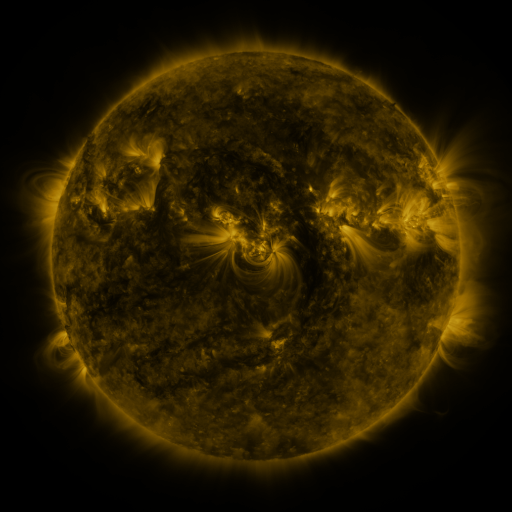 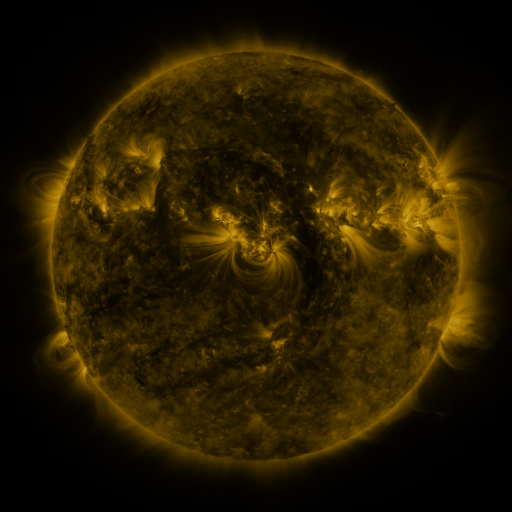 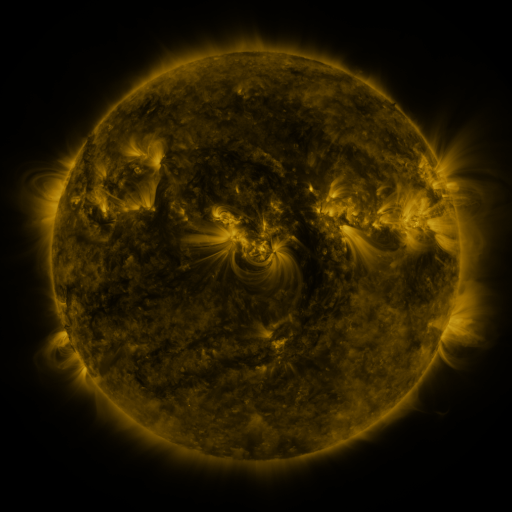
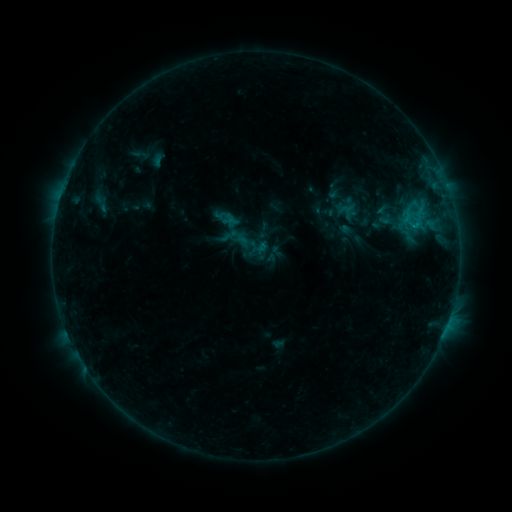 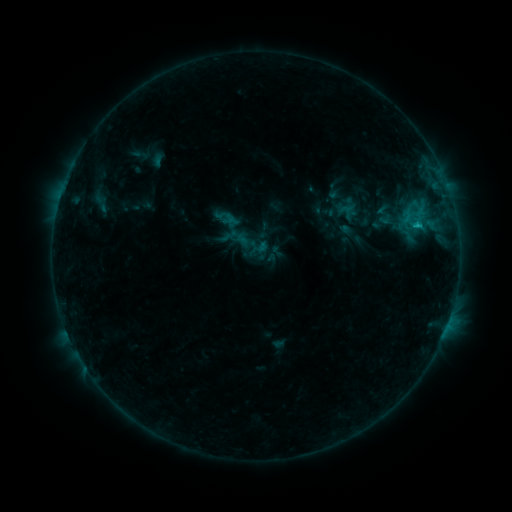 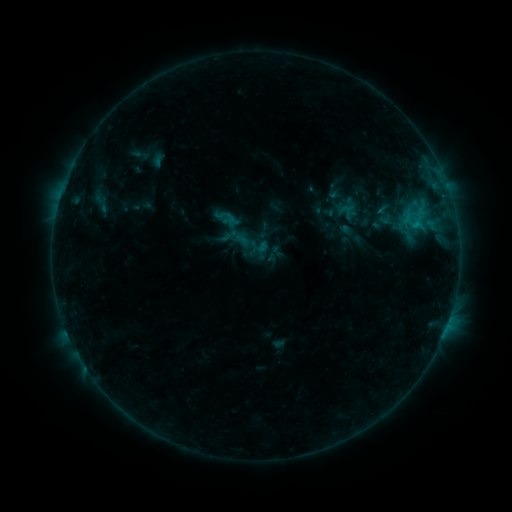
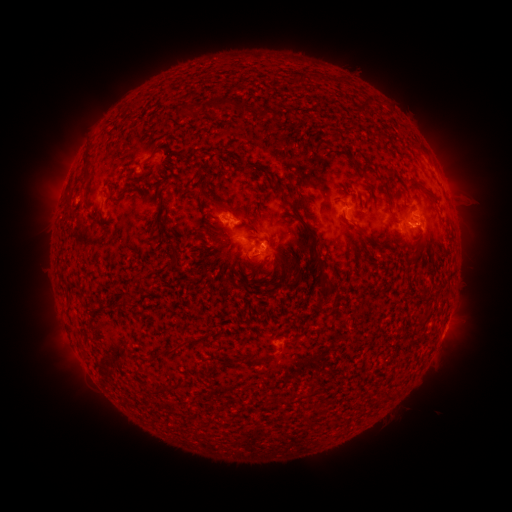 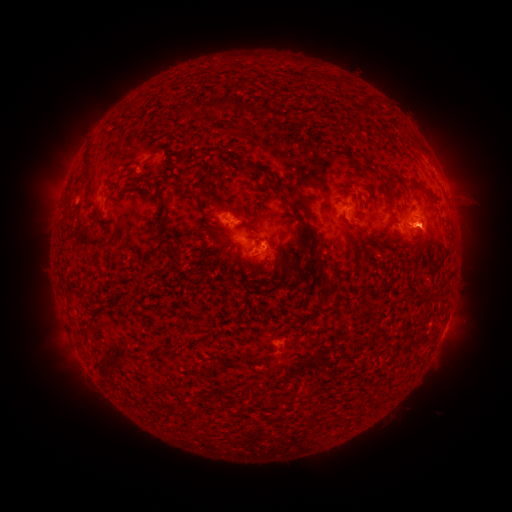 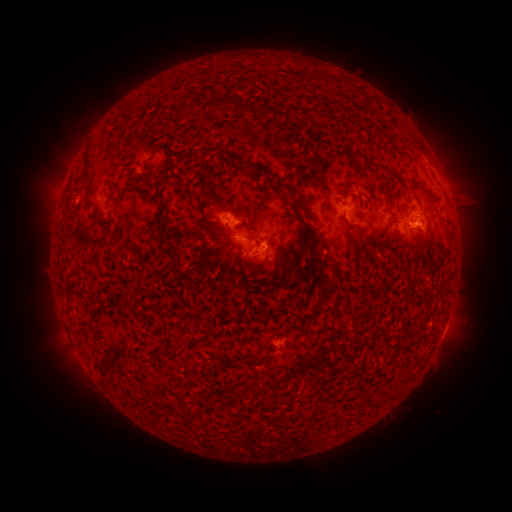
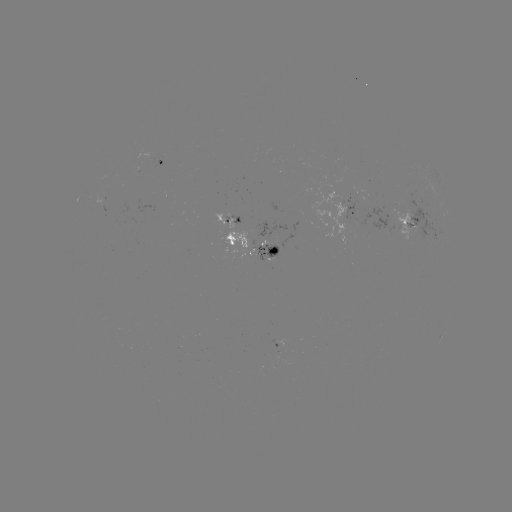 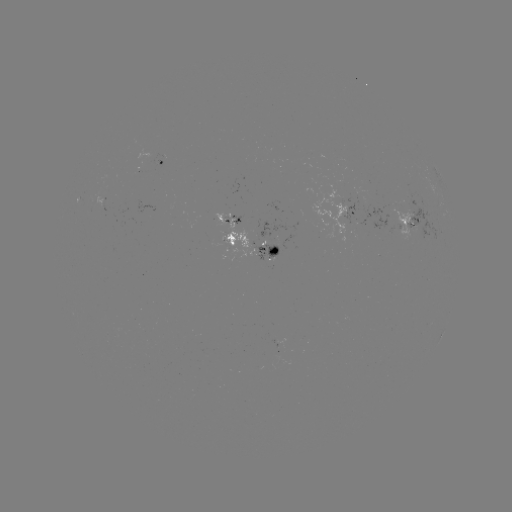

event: flare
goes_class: C1.0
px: (415, 227)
